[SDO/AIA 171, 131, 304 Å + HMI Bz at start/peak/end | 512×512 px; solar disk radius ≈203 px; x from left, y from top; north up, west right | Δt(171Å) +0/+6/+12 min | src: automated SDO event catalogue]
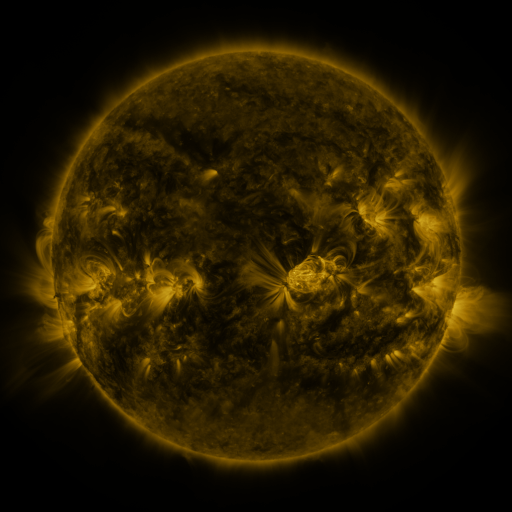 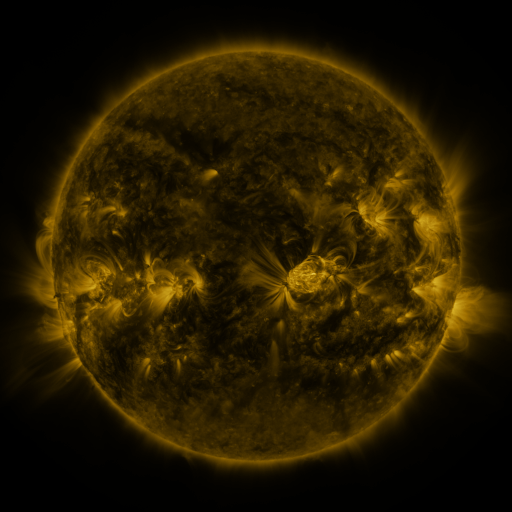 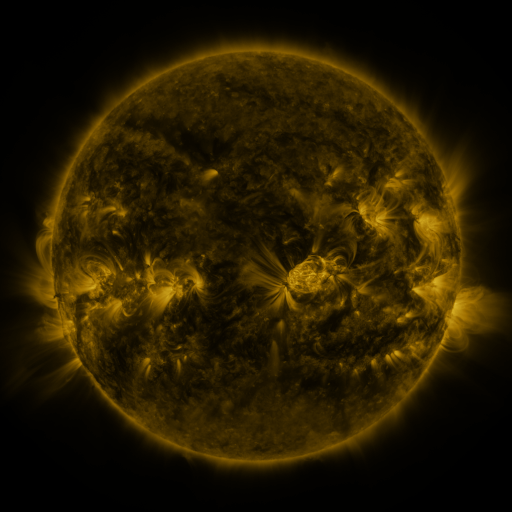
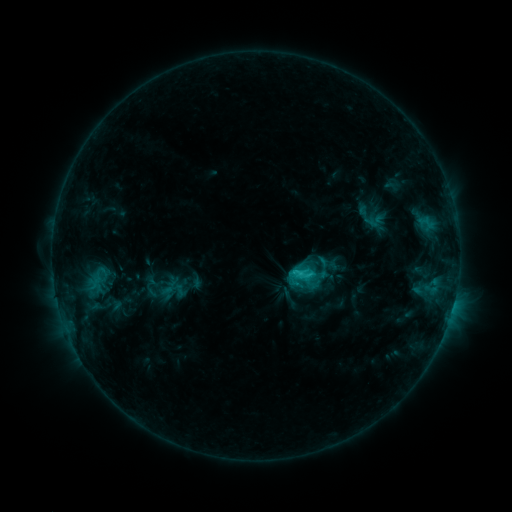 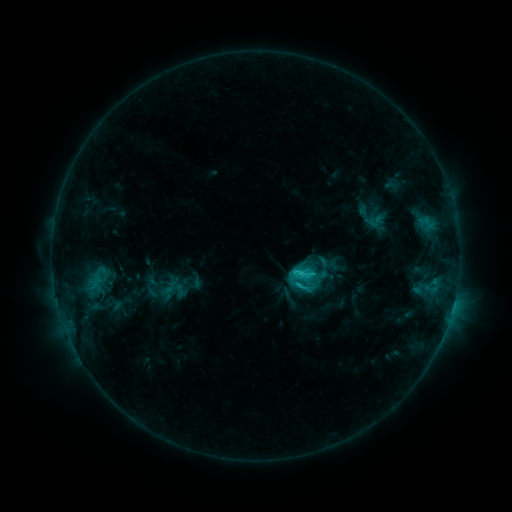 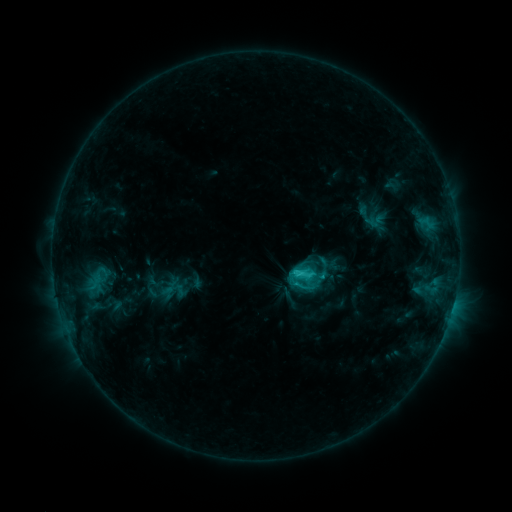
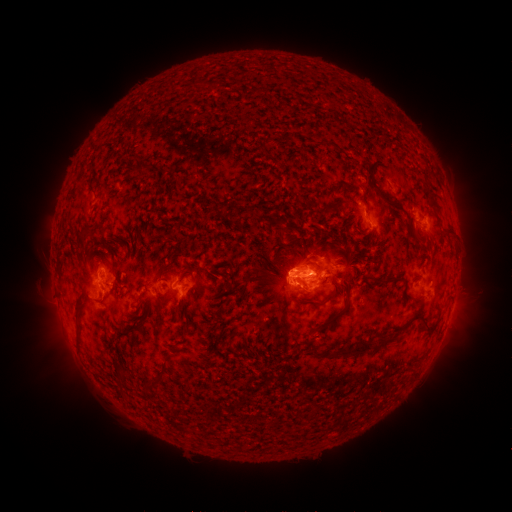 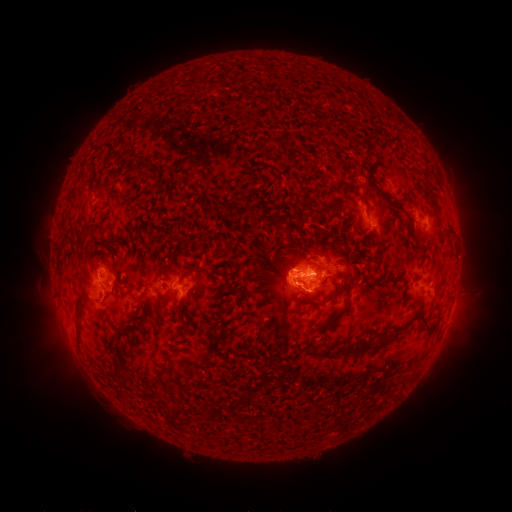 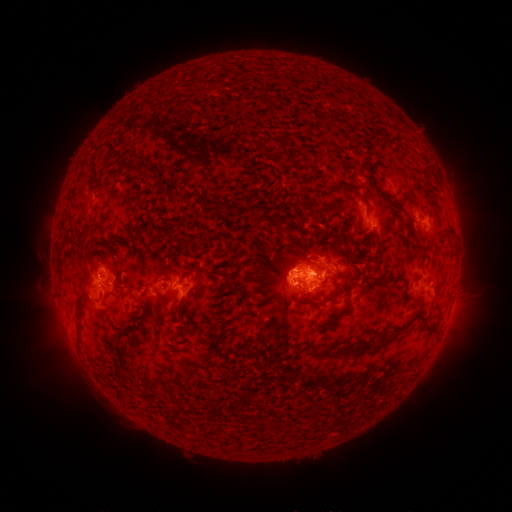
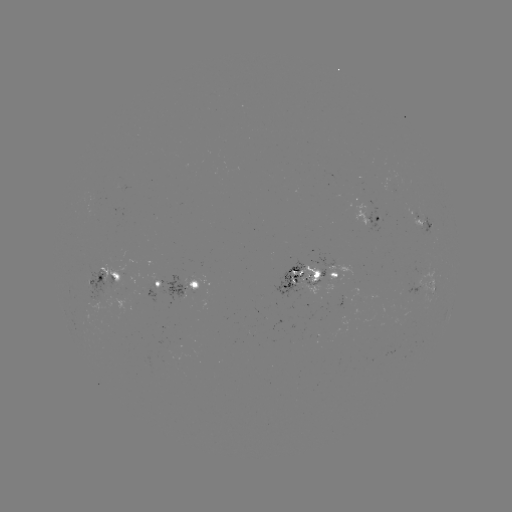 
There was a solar eruption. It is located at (312, 298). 